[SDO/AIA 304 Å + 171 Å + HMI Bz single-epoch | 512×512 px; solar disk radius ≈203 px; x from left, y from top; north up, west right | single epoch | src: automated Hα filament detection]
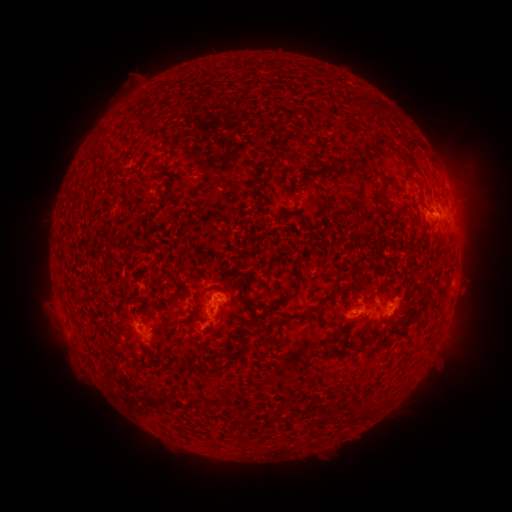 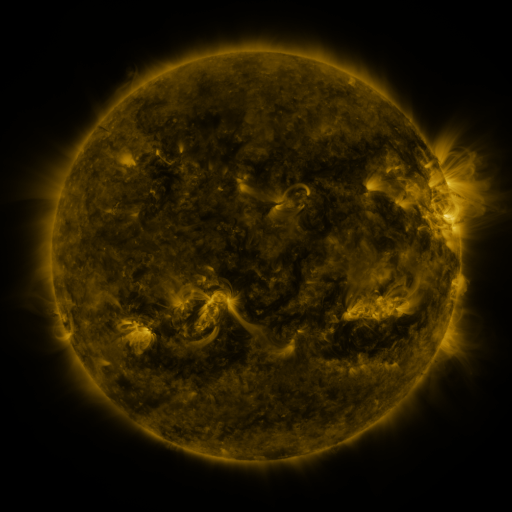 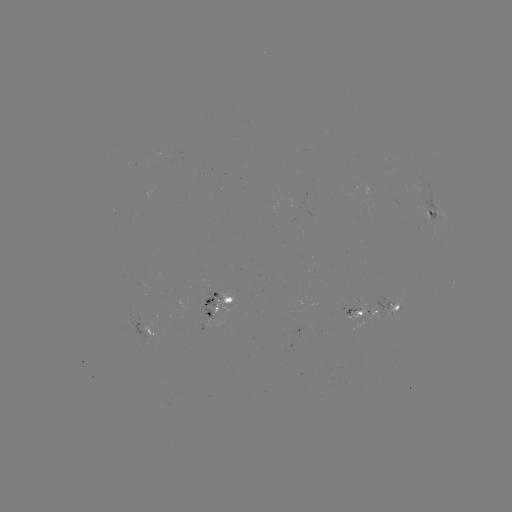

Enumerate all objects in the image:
filament: (371, 103)
filament: (147, 124)
filament: (103, 134)
filament: (295, 159)
filament: (380, 197)
filament: (72, 199)
filament: (100, 253)
filament: (438, 287)
filament: (201, 293)
filament: (246, 294)
filament: (276, 306)
filament: (401, 325)
filament: (137, 342)
filament: (188, 368)
